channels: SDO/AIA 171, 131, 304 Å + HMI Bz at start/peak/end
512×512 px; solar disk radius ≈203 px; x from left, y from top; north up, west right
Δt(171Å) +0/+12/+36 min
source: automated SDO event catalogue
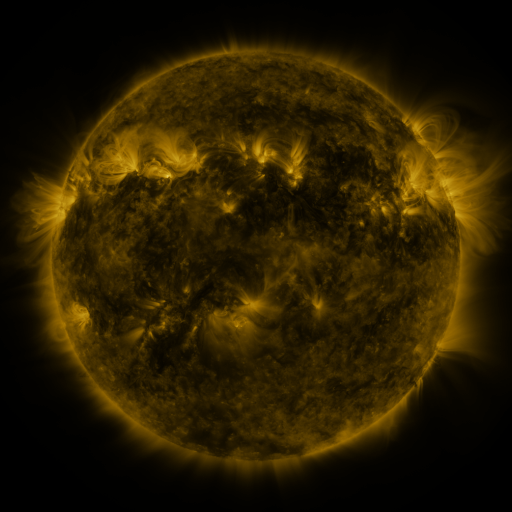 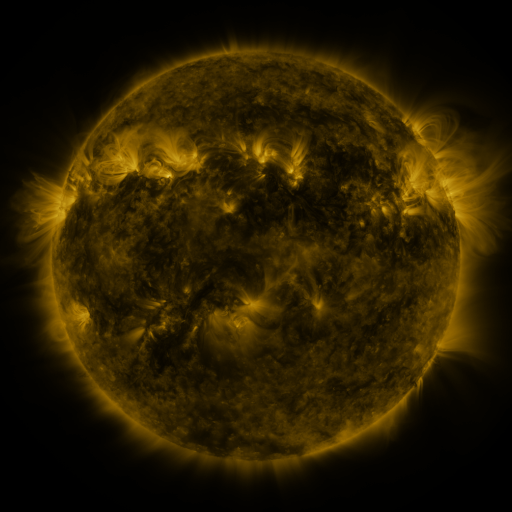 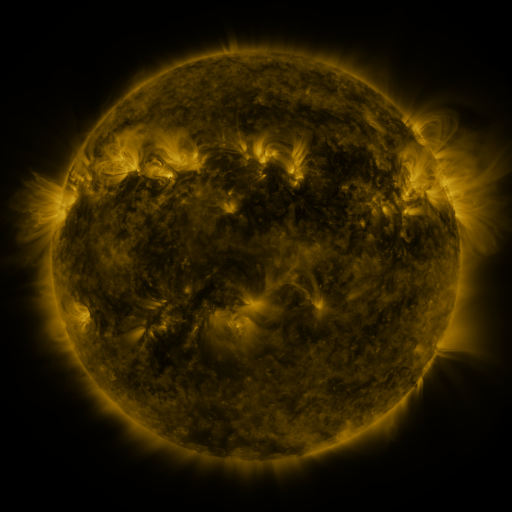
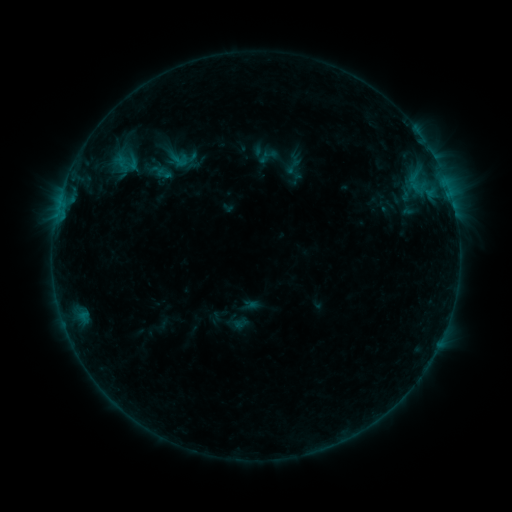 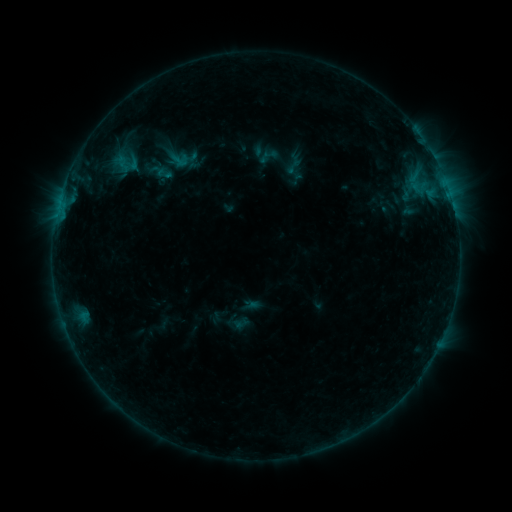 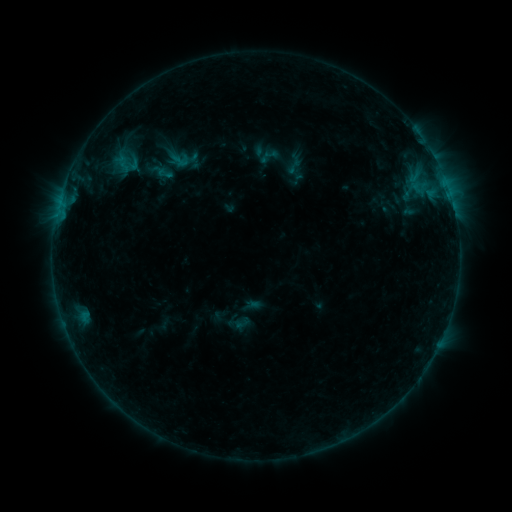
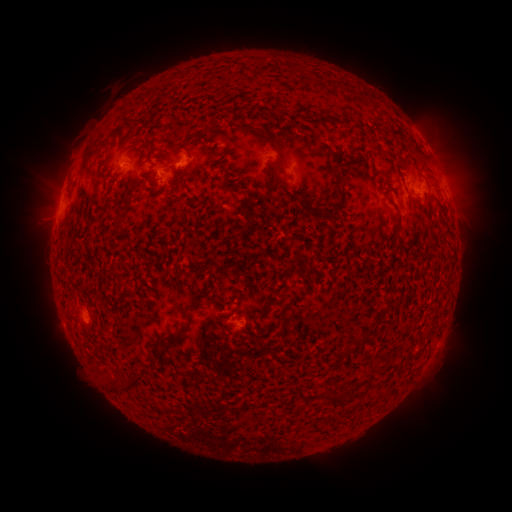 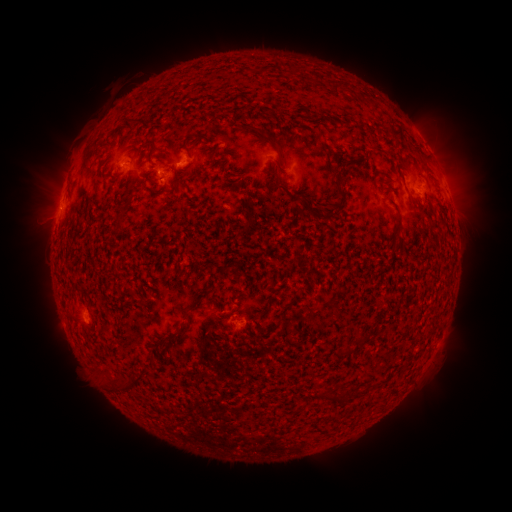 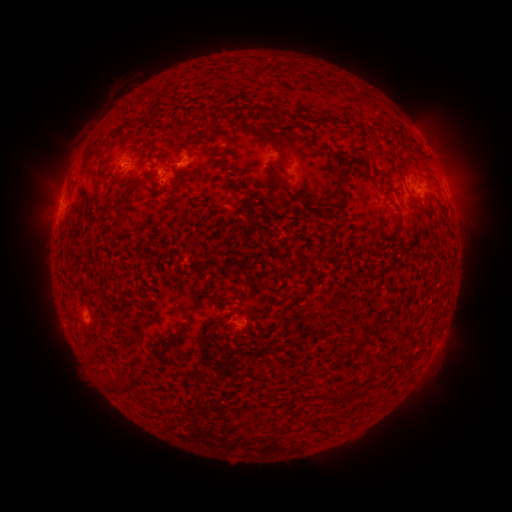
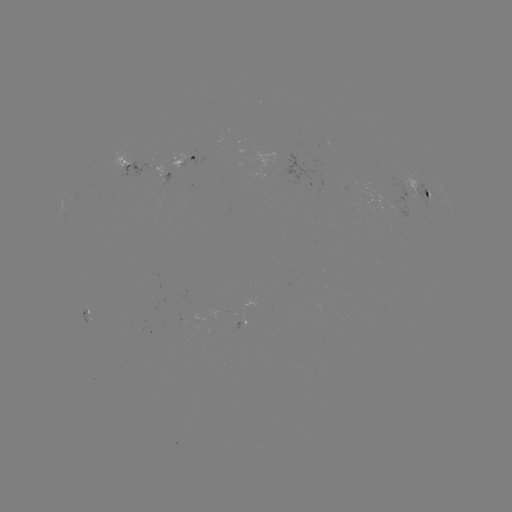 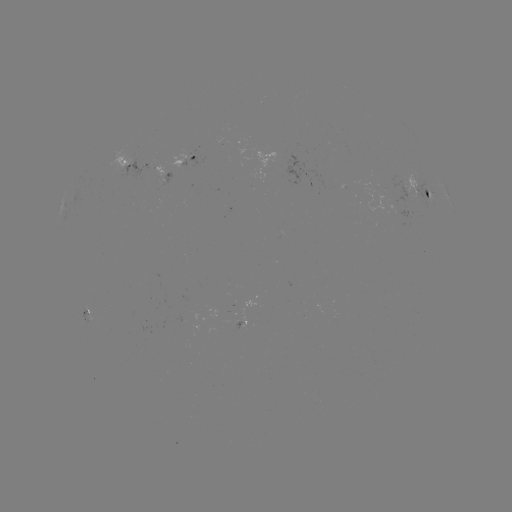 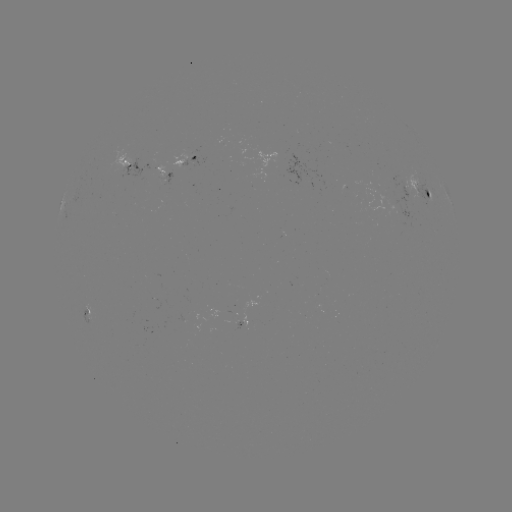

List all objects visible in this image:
emerging-flux region: (243, 322)
